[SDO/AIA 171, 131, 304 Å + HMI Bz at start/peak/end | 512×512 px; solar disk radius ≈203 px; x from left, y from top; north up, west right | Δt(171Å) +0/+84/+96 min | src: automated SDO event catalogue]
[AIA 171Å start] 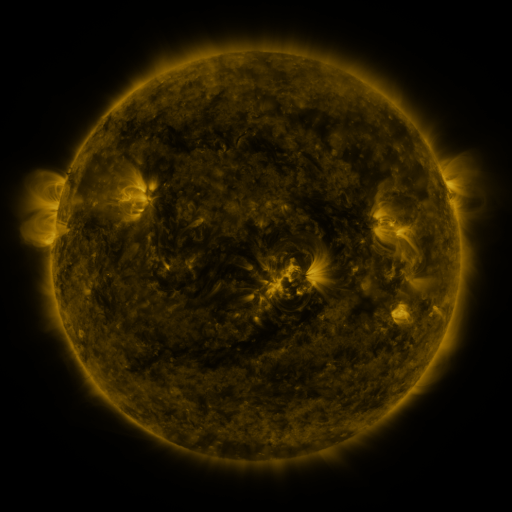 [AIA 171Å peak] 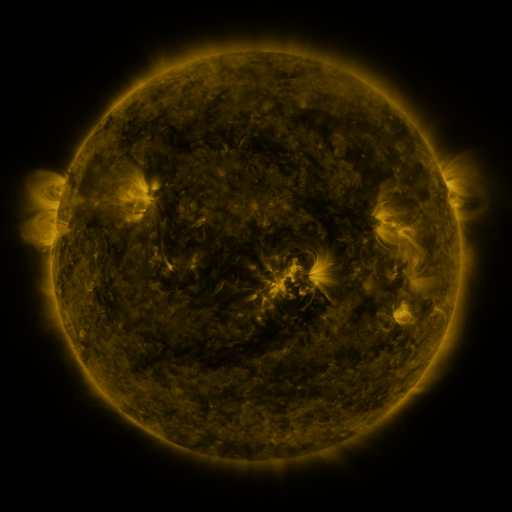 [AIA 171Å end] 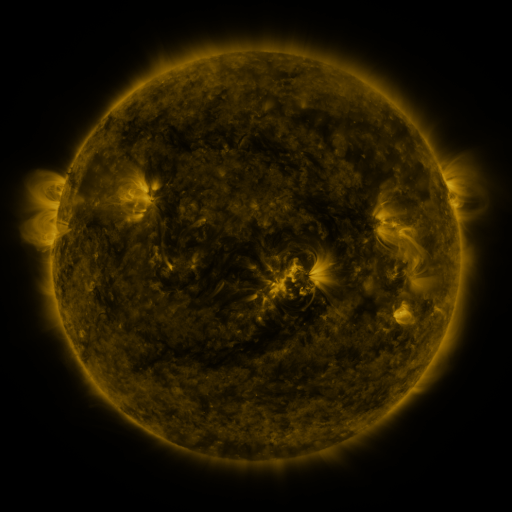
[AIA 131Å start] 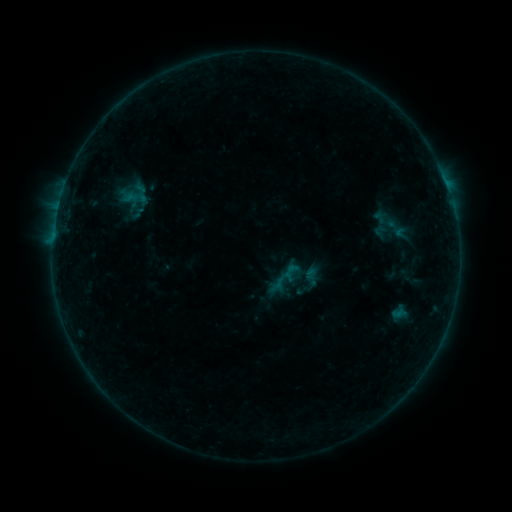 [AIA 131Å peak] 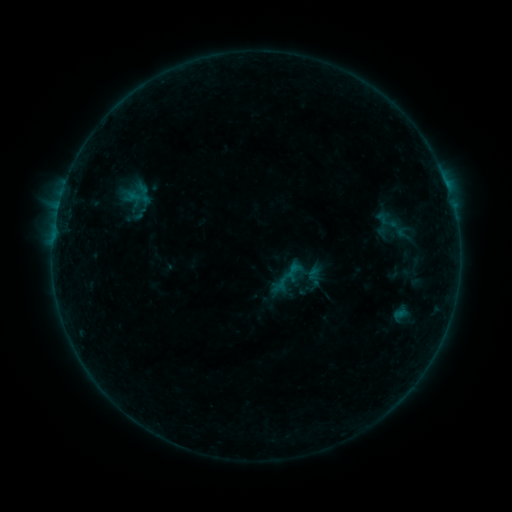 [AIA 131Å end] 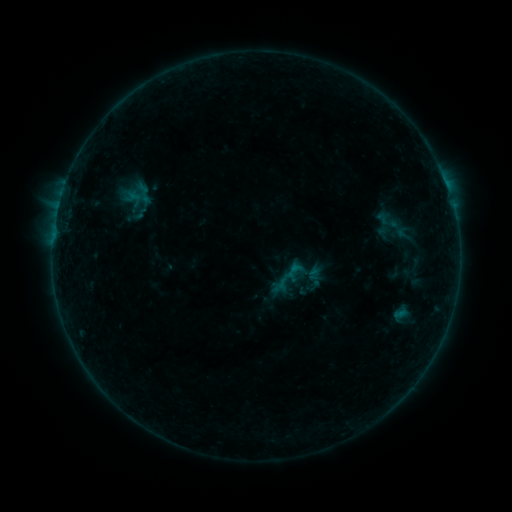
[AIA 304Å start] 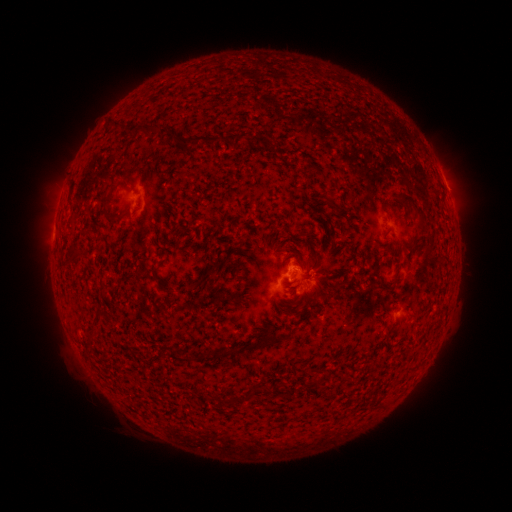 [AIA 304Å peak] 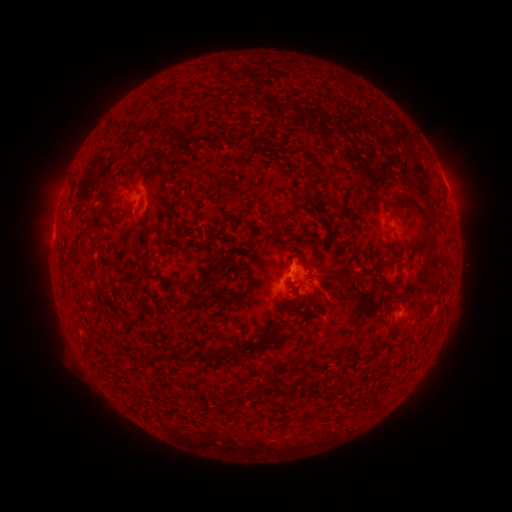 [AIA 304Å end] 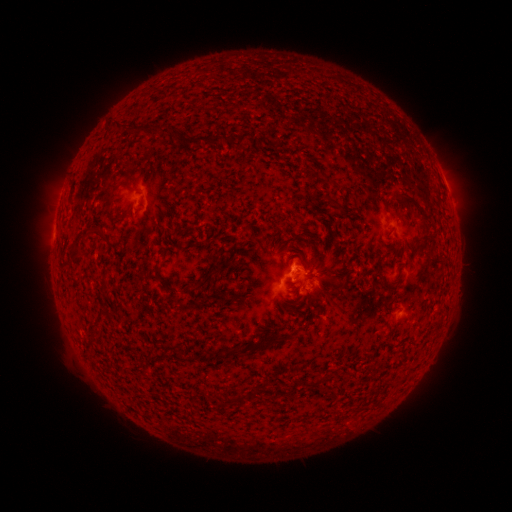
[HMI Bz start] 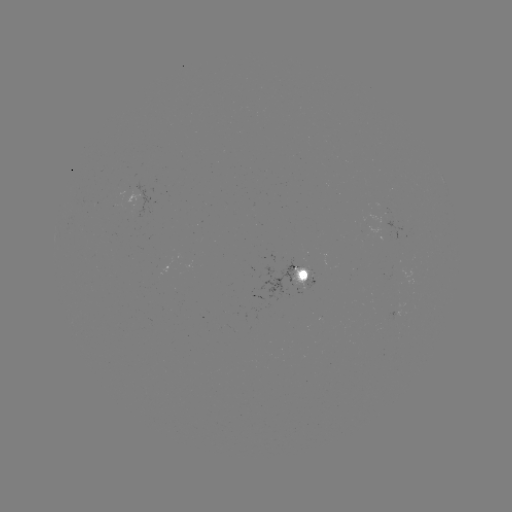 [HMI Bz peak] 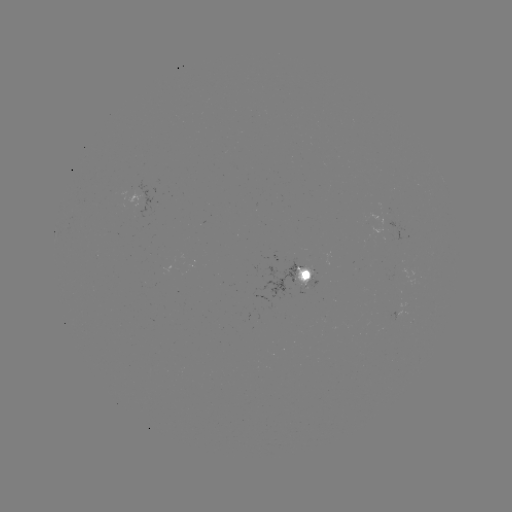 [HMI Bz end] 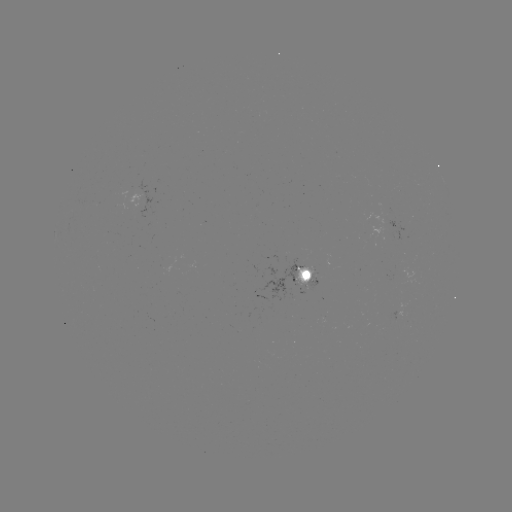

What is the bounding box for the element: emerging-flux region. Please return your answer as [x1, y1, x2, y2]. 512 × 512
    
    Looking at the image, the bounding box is [370, 226, 393, 242].